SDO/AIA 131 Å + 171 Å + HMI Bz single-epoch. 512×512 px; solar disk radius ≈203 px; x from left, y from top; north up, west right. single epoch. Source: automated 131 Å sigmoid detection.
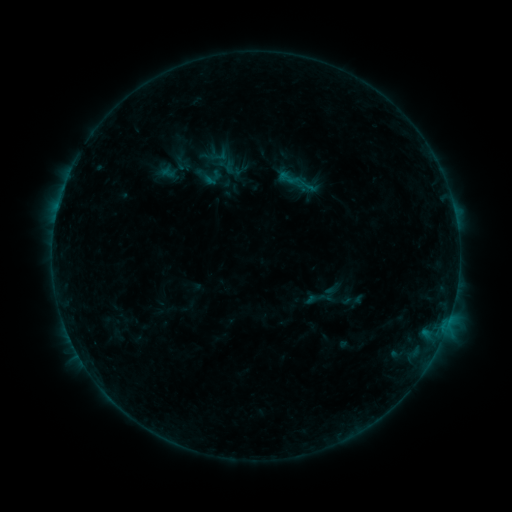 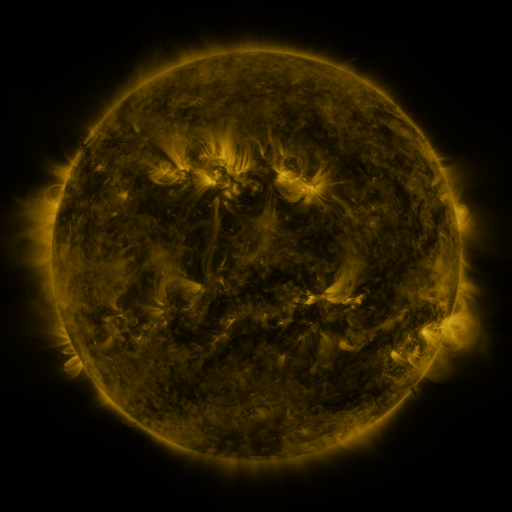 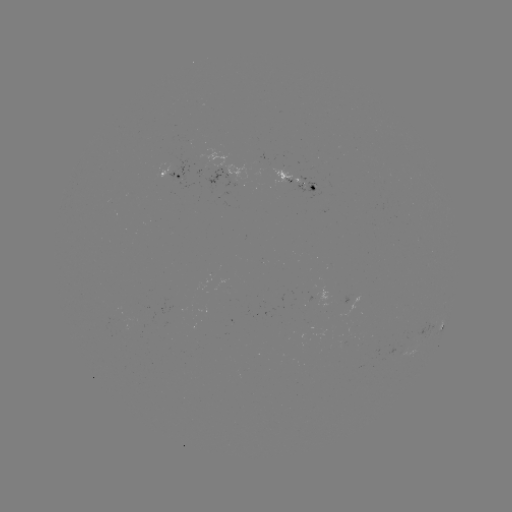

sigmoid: <bbox>277, 167, 301, 189</bbox>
